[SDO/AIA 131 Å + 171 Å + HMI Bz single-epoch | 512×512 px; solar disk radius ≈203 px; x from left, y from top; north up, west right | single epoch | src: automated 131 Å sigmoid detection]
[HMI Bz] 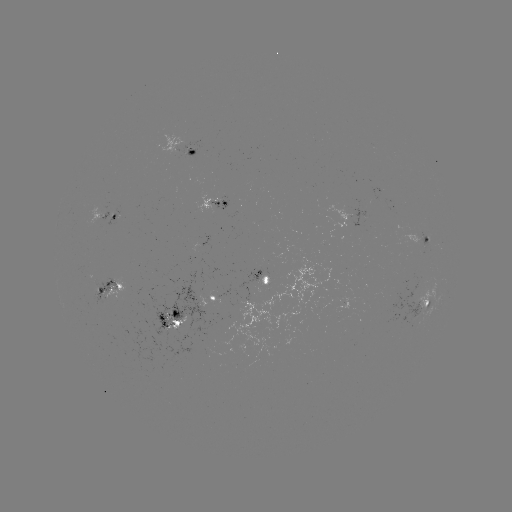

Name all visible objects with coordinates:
sigmoid: (174, 143)
sigmoid: (191, 295)
